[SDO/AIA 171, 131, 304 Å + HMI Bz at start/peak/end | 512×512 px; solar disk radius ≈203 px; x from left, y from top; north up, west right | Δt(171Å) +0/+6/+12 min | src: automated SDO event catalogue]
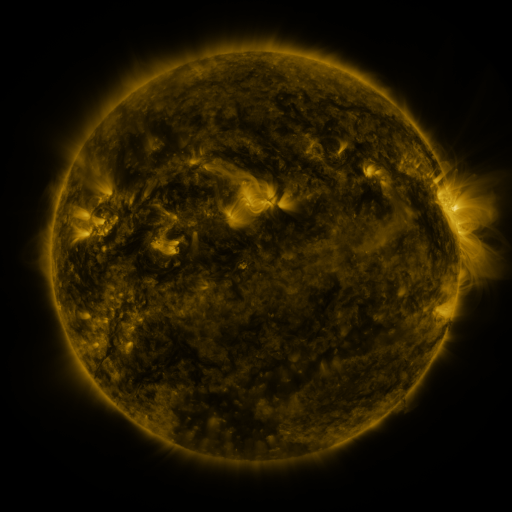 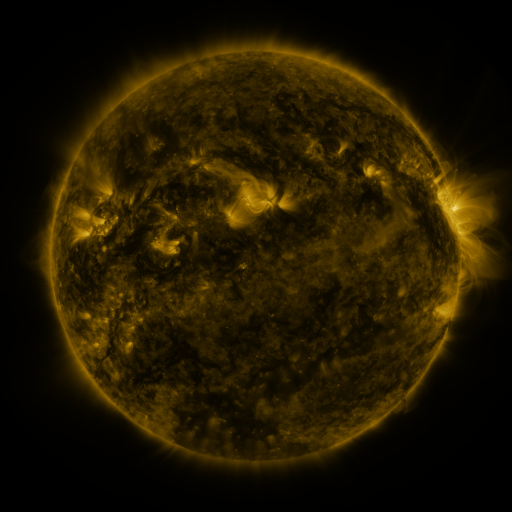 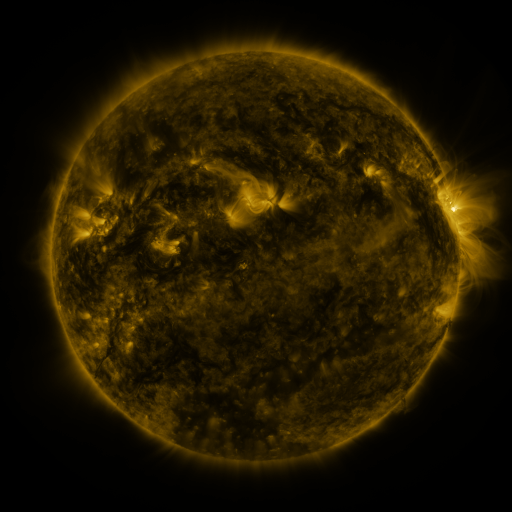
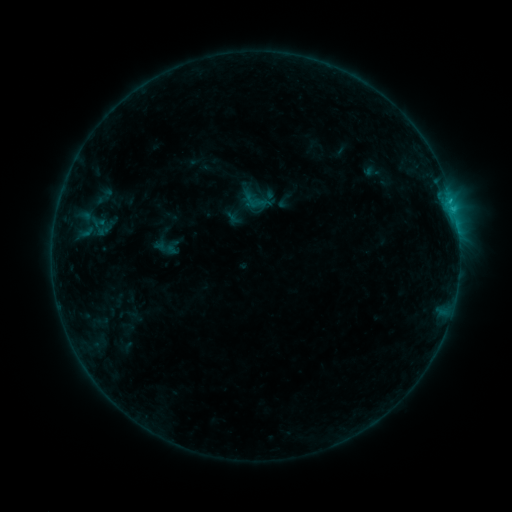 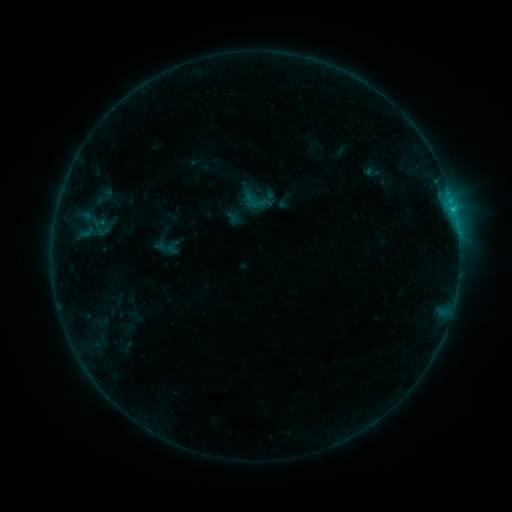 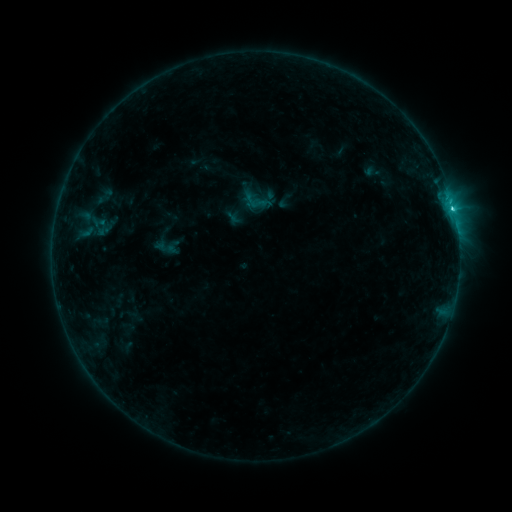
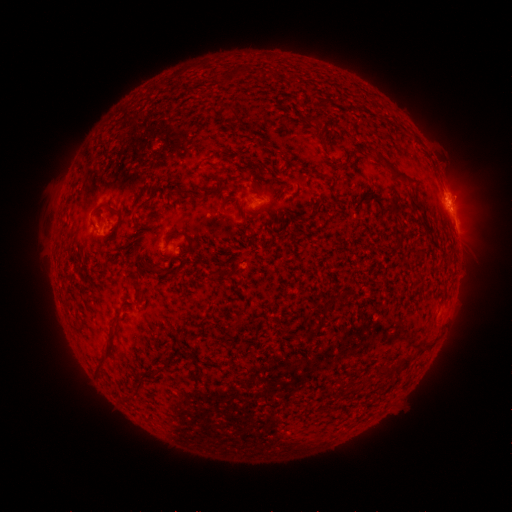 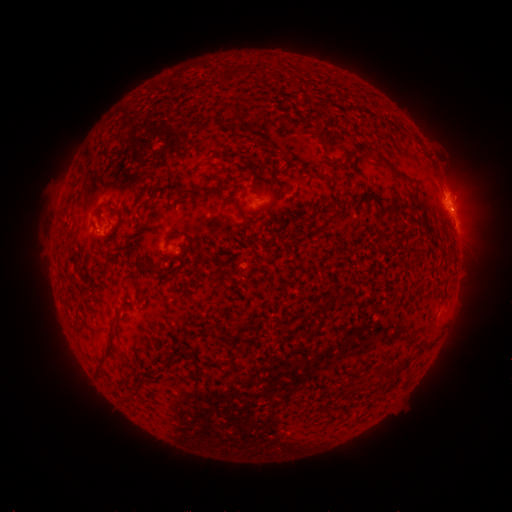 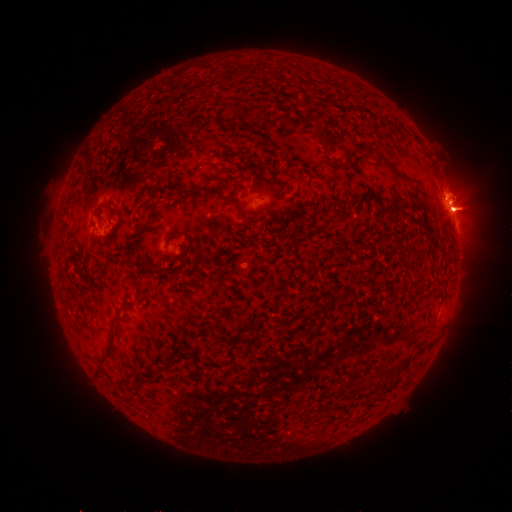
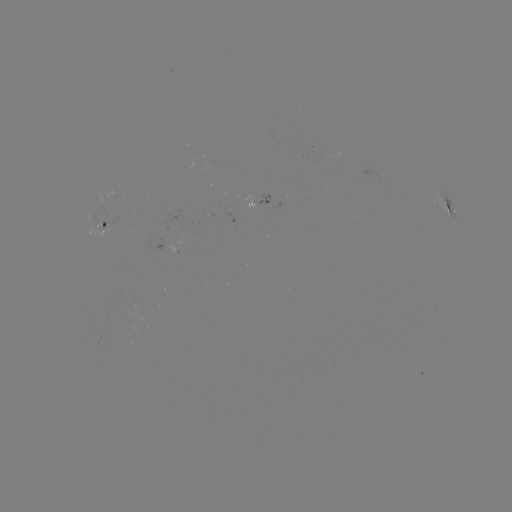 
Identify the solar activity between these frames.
eruption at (460, 207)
